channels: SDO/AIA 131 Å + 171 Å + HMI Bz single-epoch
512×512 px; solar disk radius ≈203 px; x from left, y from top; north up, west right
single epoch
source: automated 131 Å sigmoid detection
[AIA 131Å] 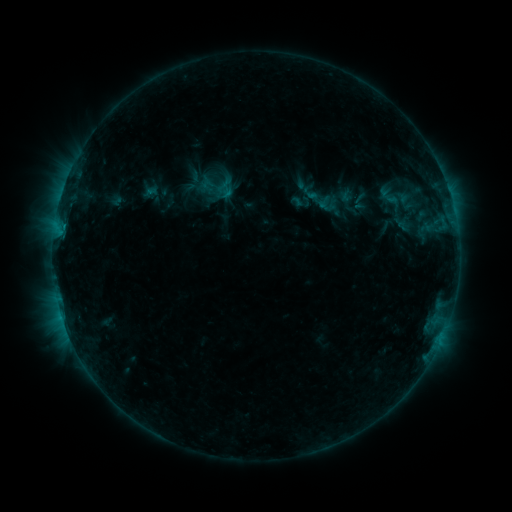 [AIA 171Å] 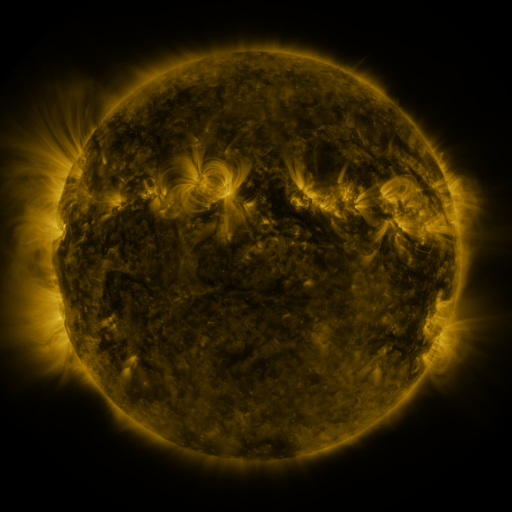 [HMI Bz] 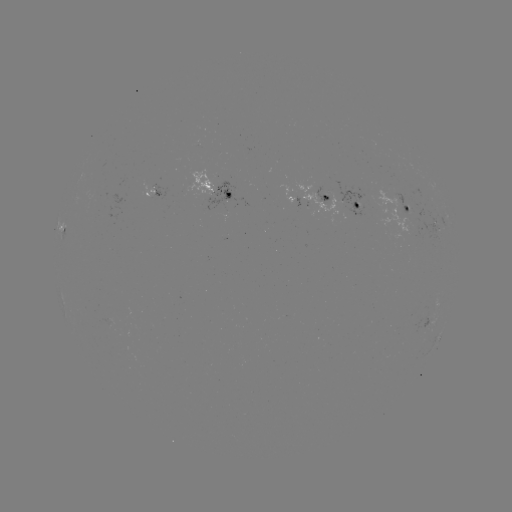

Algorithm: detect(sigmoid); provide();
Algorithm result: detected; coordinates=216,186